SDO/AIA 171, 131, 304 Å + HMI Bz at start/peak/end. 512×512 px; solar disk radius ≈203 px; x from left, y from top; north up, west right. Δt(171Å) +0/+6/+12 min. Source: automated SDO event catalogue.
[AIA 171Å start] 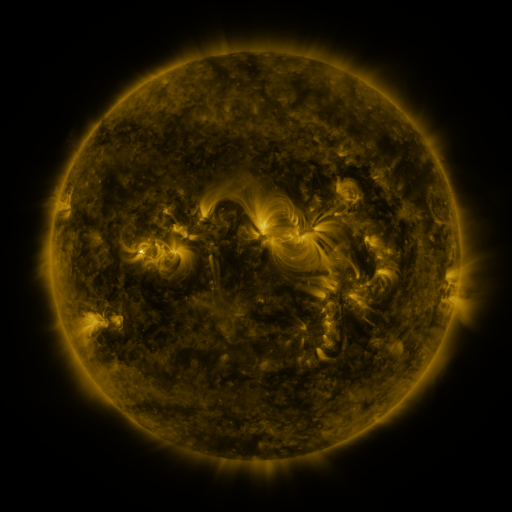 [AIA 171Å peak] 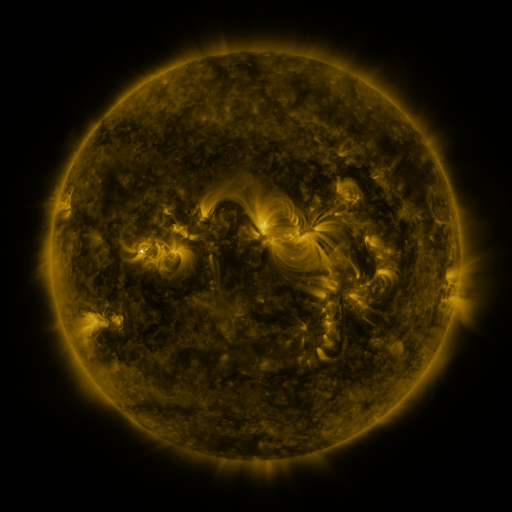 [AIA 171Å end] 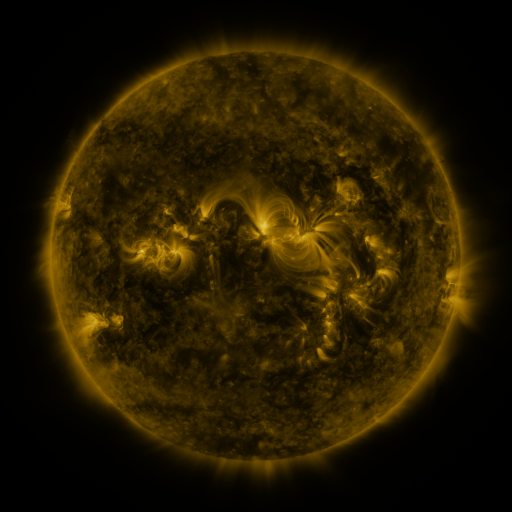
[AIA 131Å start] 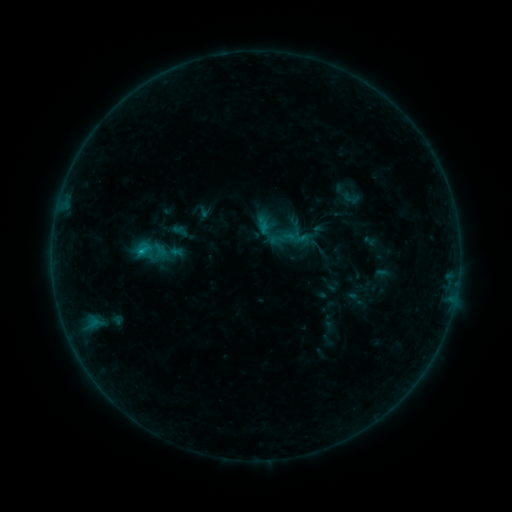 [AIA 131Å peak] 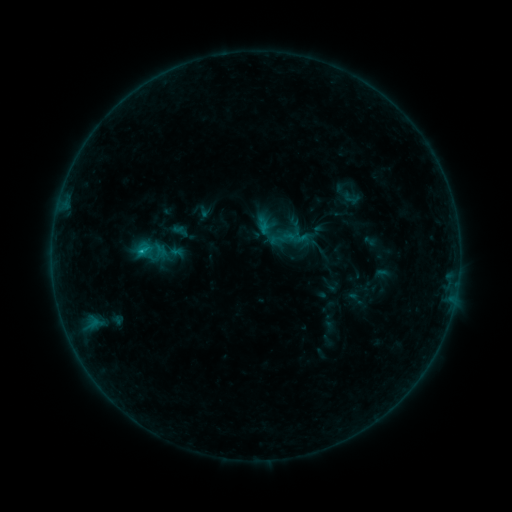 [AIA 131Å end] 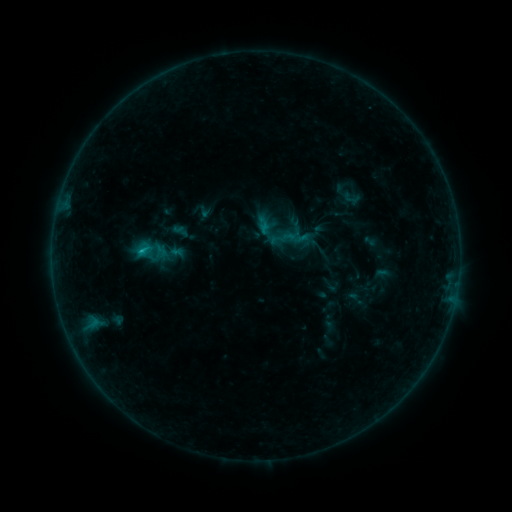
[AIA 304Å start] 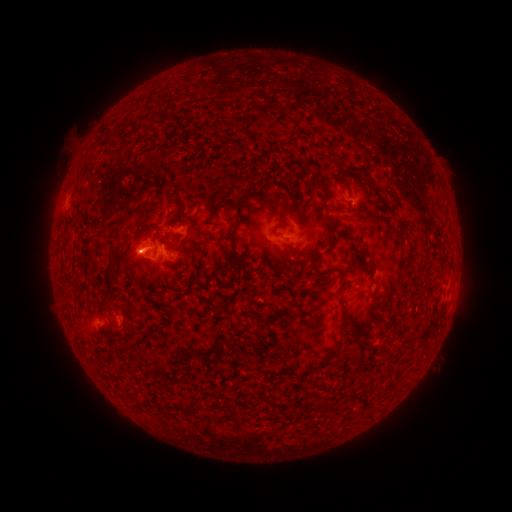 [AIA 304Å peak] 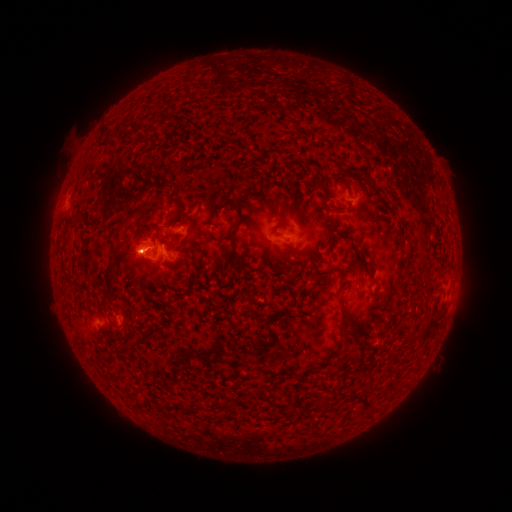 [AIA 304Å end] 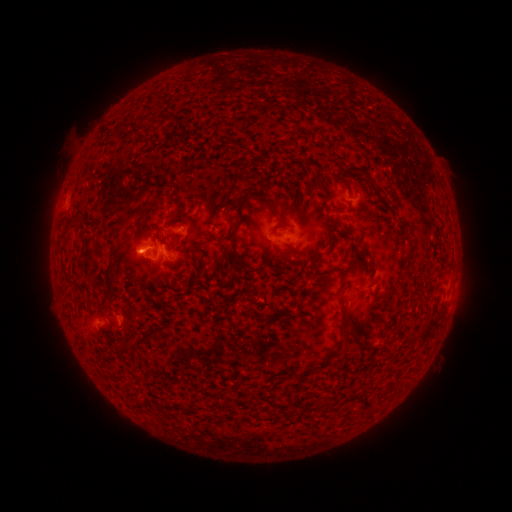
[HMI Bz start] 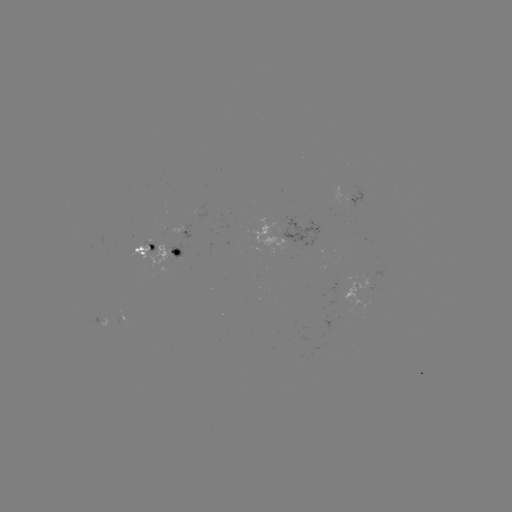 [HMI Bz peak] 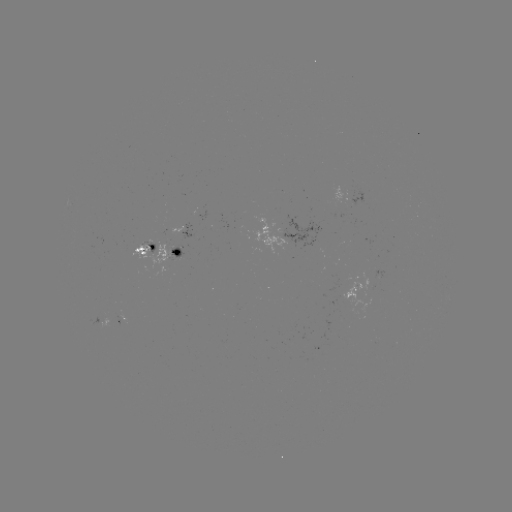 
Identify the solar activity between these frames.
B7.9 flare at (142, 254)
